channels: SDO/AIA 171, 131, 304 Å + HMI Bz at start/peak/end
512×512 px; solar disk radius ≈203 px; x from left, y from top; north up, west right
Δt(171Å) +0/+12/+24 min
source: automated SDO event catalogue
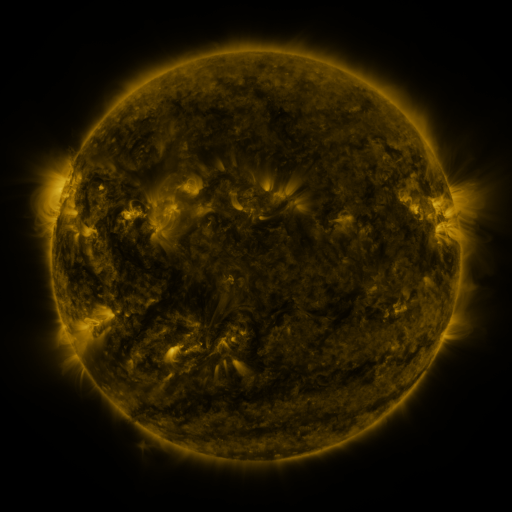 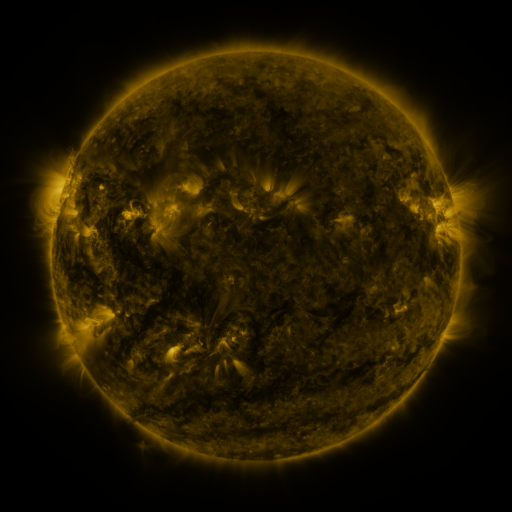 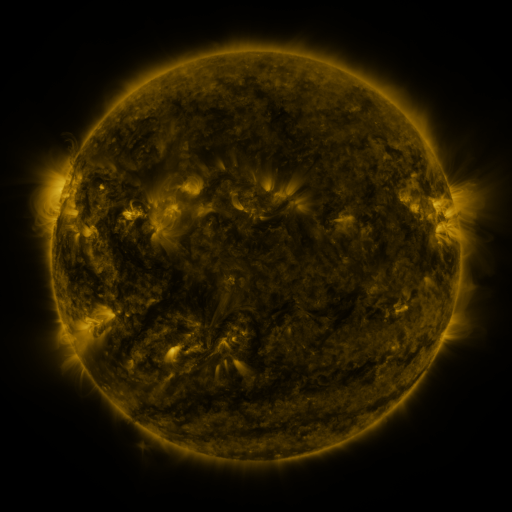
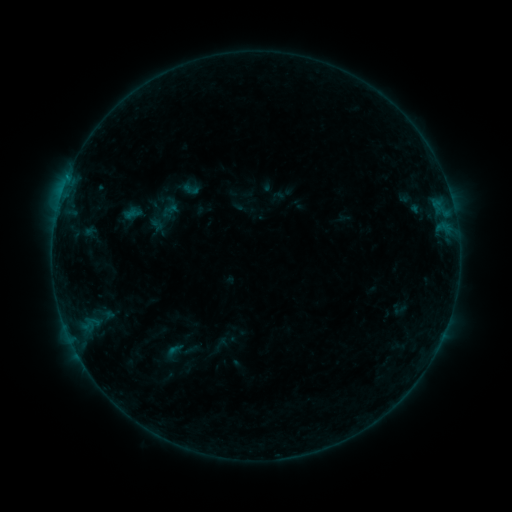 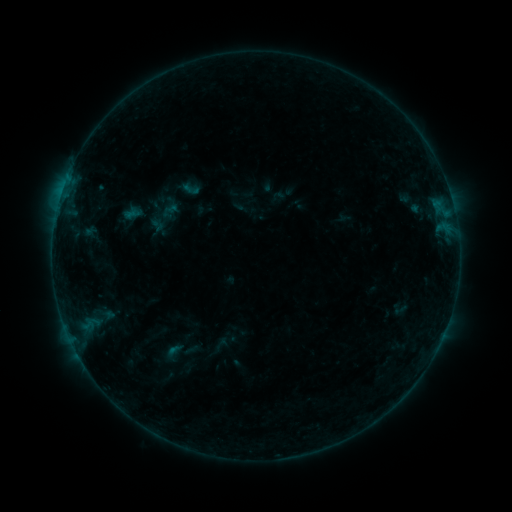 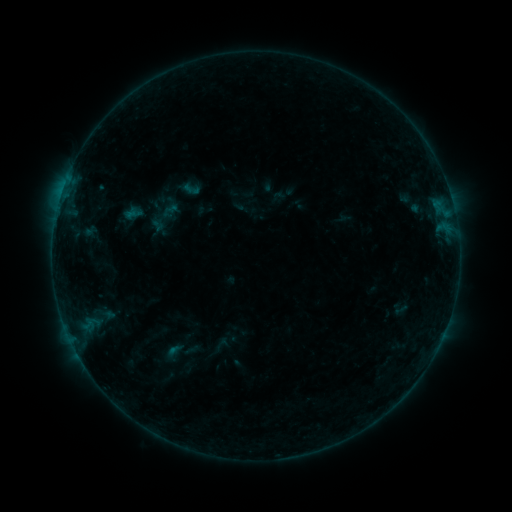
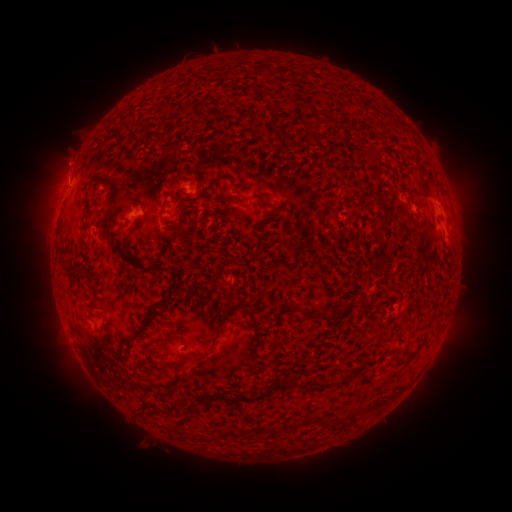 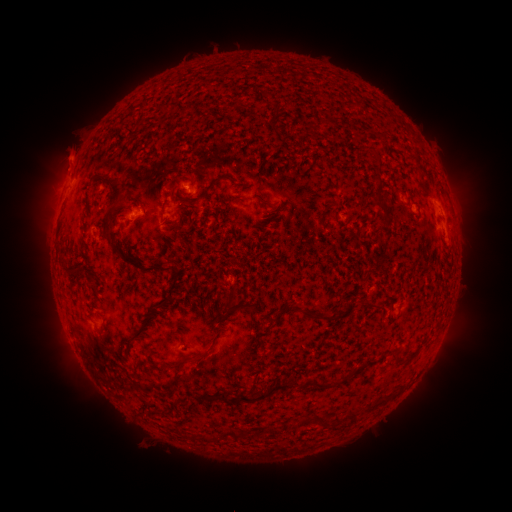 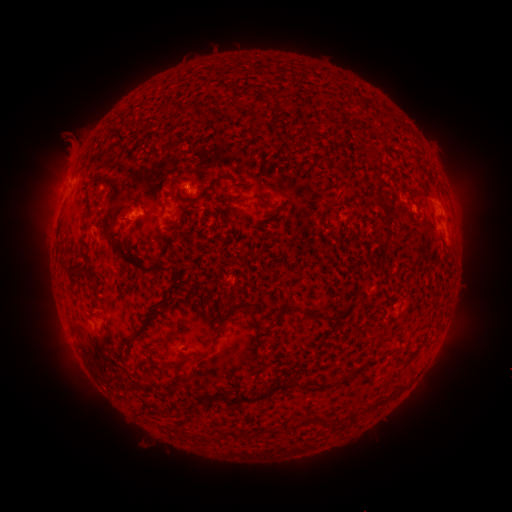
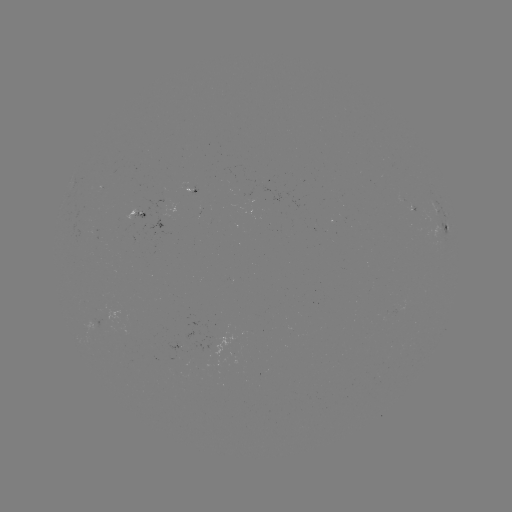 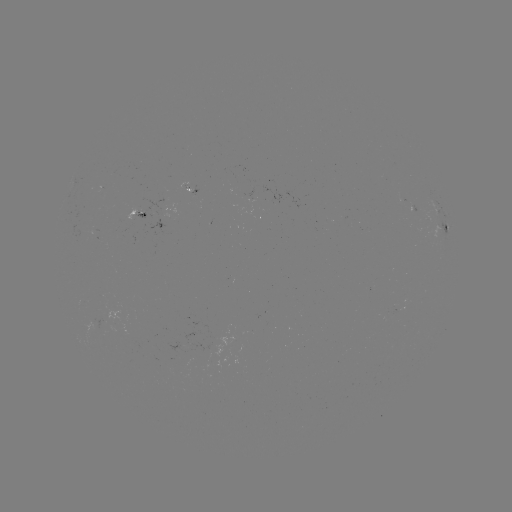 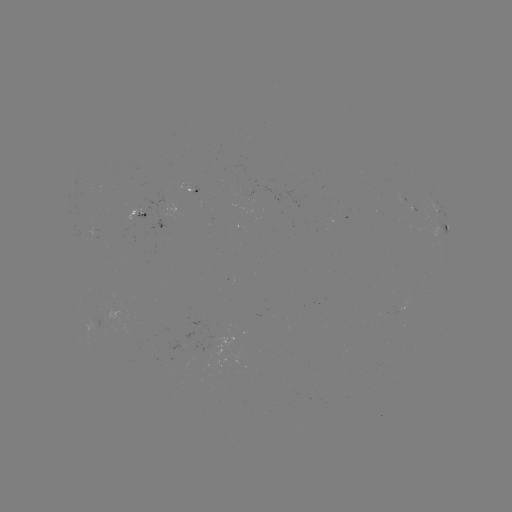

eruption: [46, 134, 91, 182]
